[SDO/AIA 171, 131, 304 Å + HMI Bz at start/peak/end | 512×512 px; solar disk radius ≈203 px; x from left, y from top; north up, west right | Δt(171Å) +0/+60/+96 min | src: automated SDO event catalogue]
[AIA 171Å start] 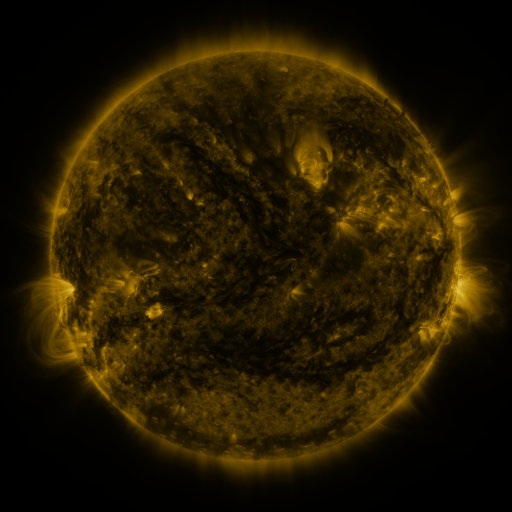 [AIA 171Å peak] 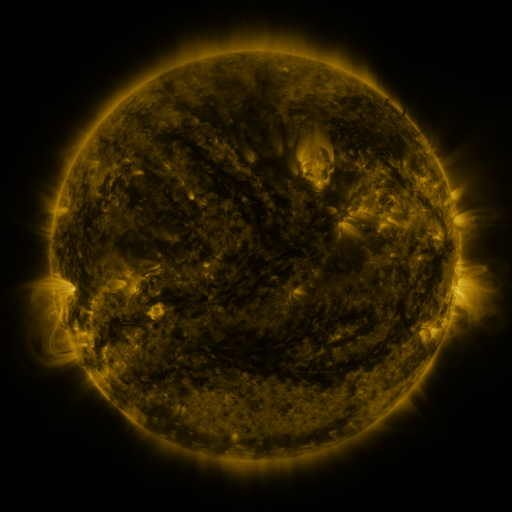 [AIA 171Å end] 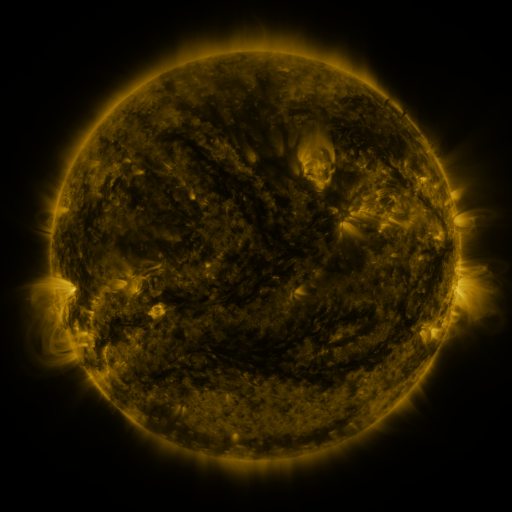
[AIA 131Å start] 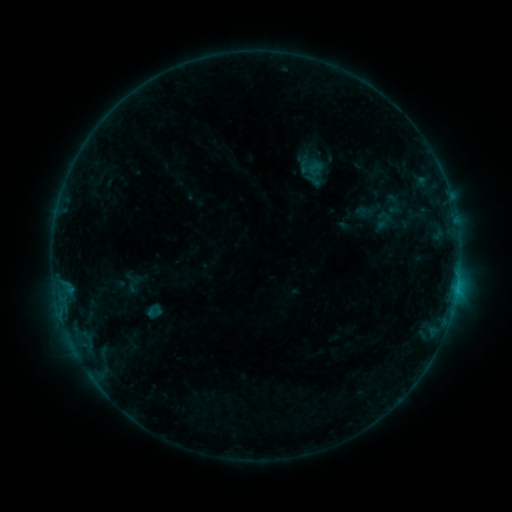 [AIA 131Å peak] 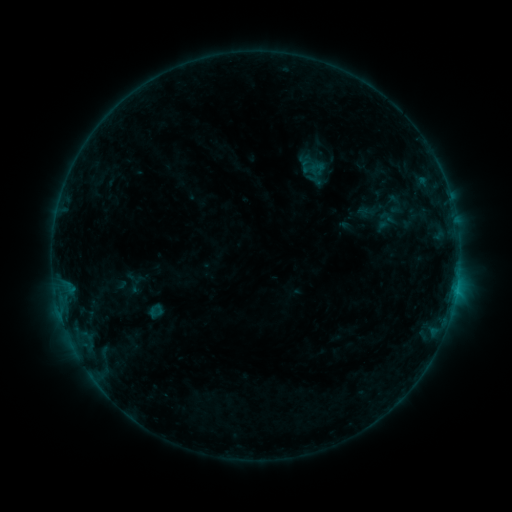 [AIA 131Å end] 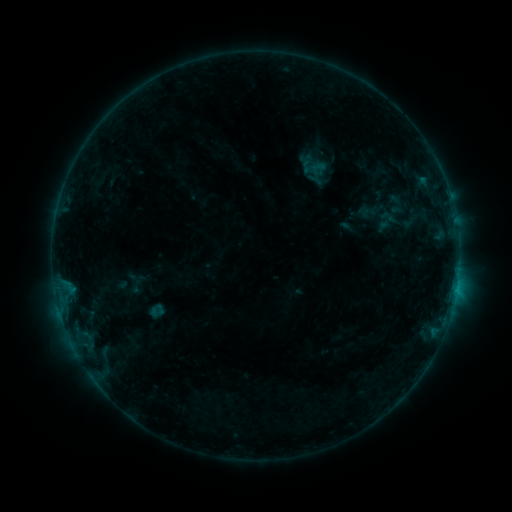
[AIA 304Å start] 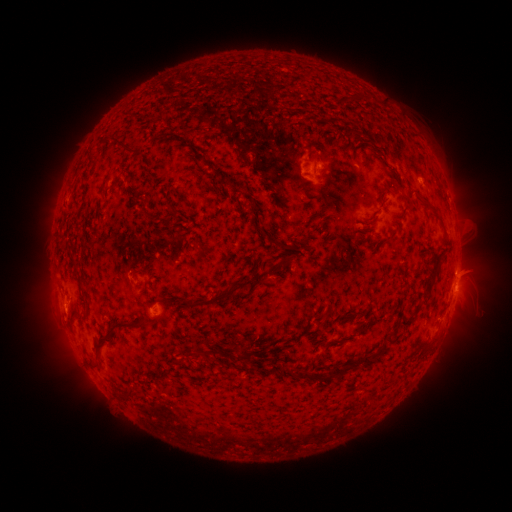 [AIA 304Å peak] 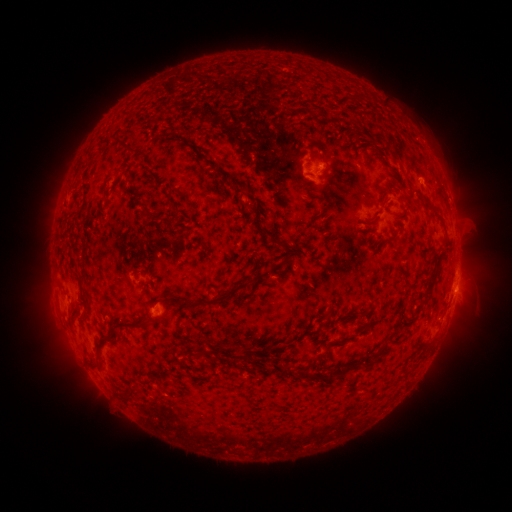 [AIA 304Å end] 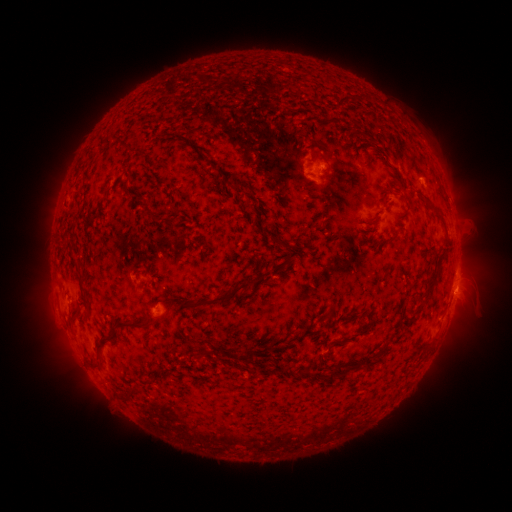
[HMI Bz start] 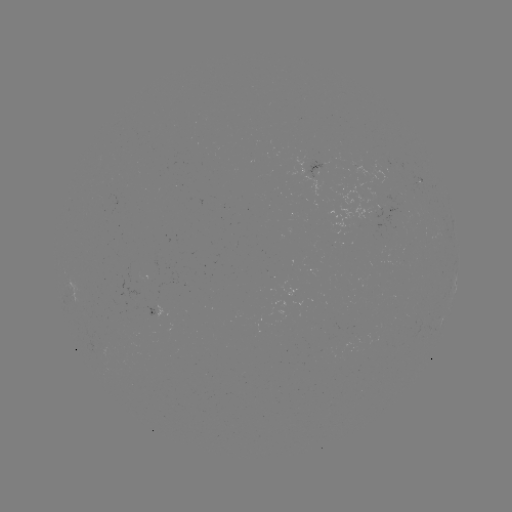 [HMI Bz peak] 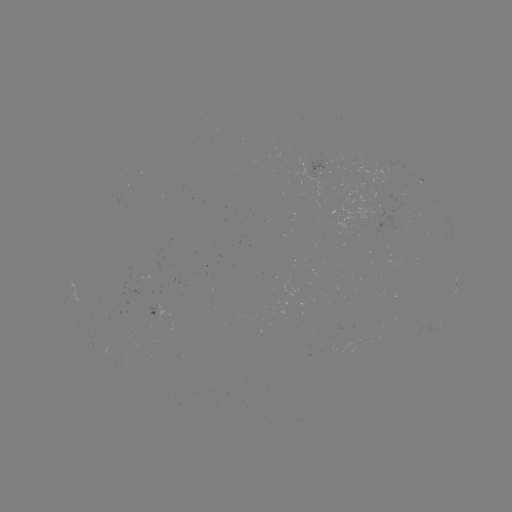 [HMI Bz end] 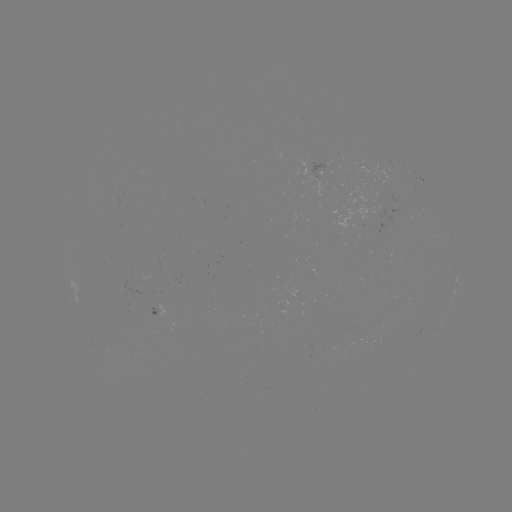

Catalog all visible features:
emerging-flux region: (408, 192)
